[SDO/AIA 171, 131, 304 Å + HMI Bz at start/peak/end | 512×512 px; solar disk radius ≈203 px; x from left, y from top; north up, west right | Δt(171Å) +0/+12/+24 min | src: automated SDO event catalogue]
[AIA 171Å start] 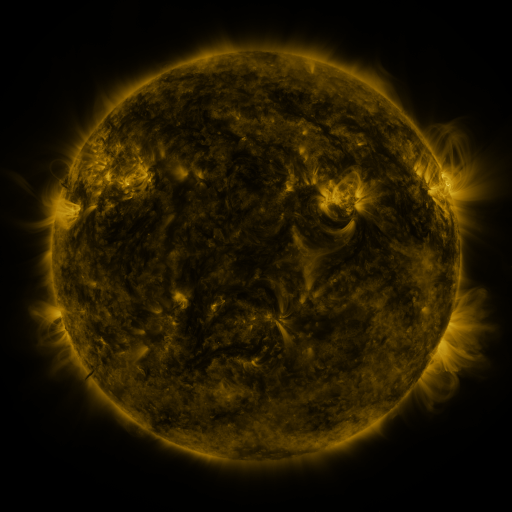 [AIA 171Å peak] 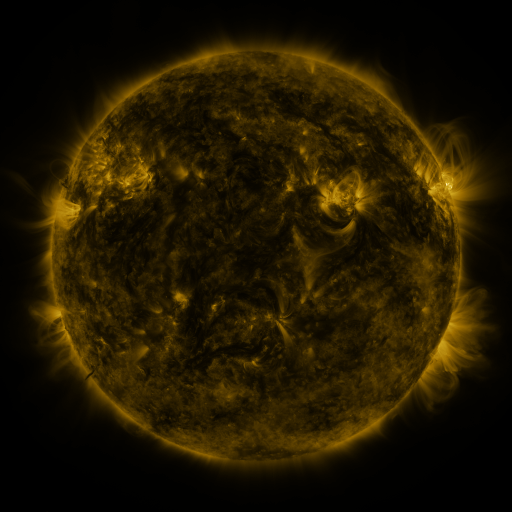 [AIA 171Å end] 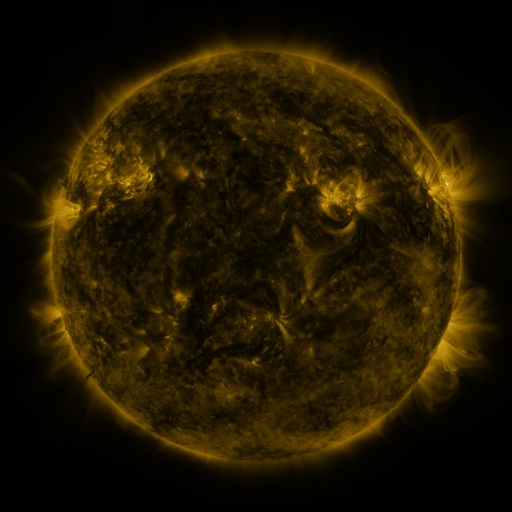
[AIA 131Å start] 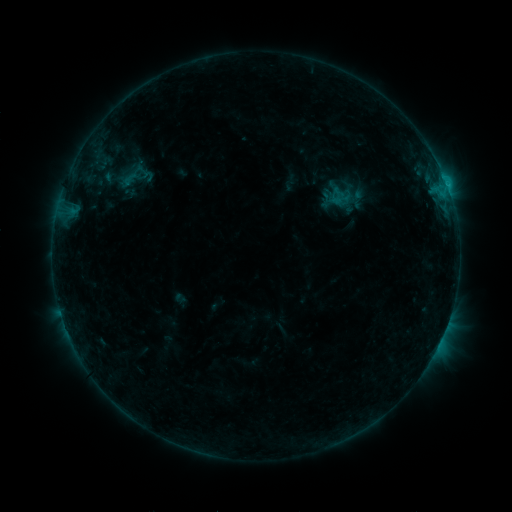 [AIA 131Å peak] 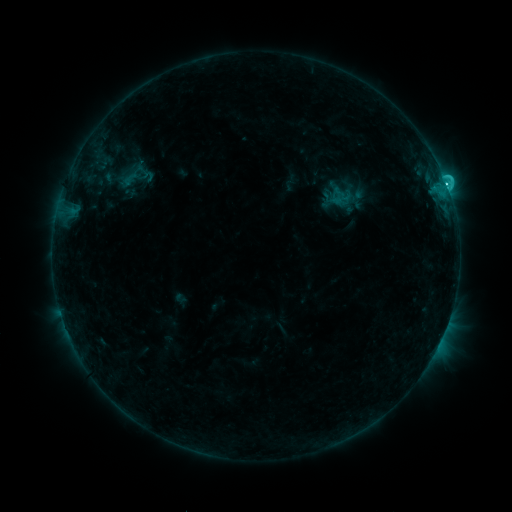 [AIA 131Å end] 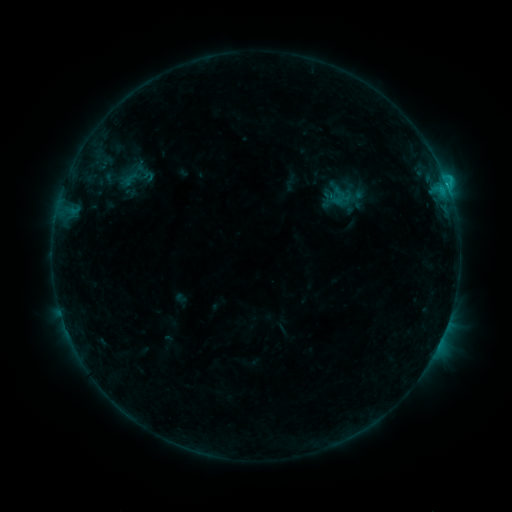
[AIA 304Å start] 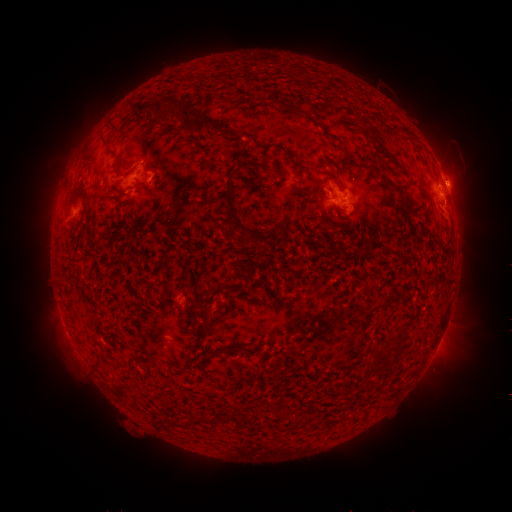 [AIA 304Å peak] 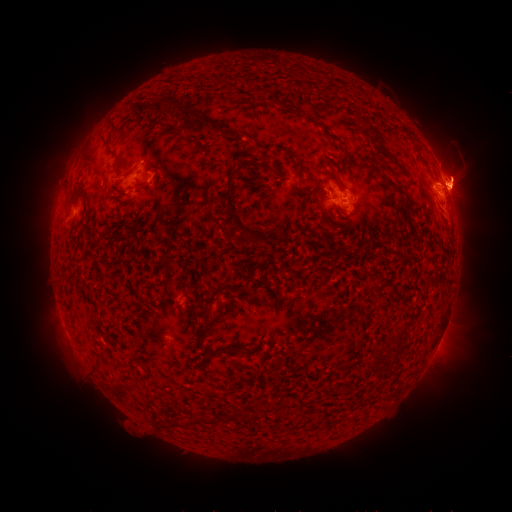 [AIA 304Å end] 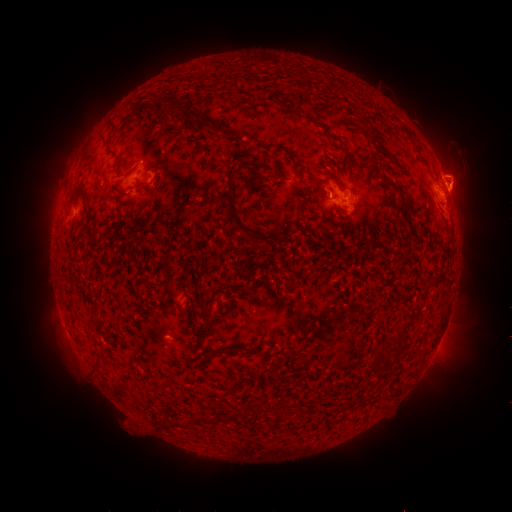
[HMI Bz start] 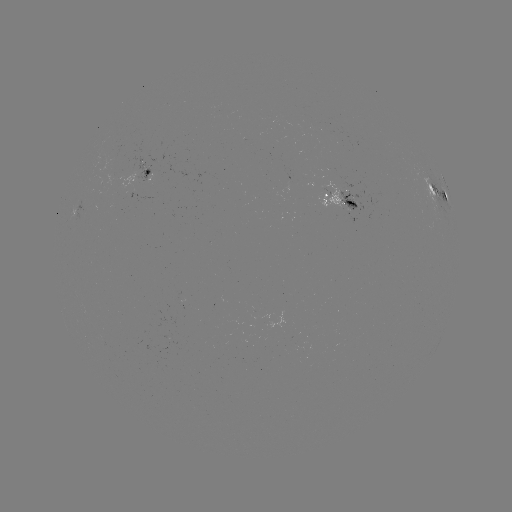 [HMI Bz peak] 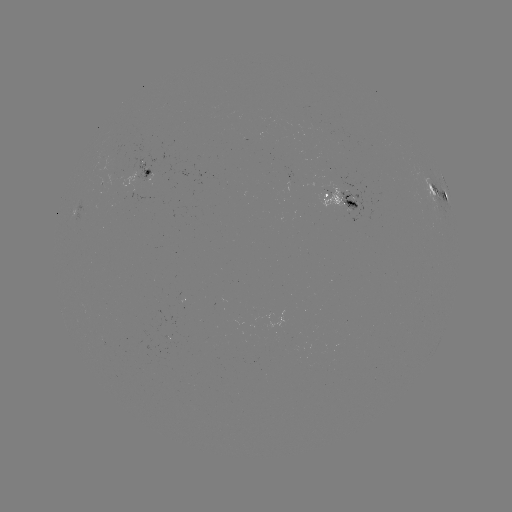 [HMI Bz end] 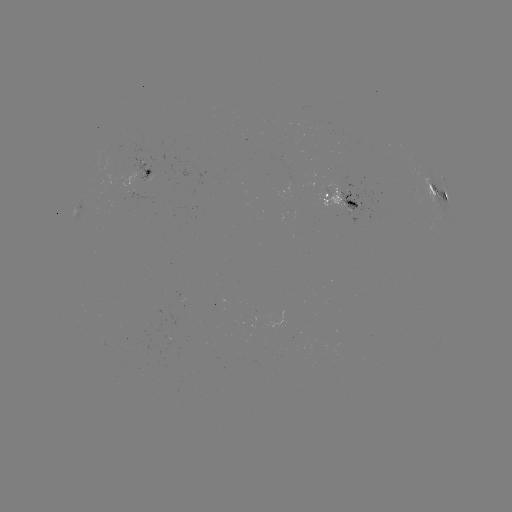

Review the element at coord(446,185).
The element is C2.2 flare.